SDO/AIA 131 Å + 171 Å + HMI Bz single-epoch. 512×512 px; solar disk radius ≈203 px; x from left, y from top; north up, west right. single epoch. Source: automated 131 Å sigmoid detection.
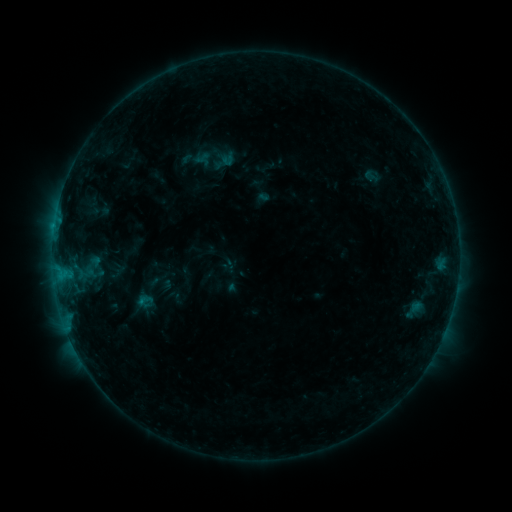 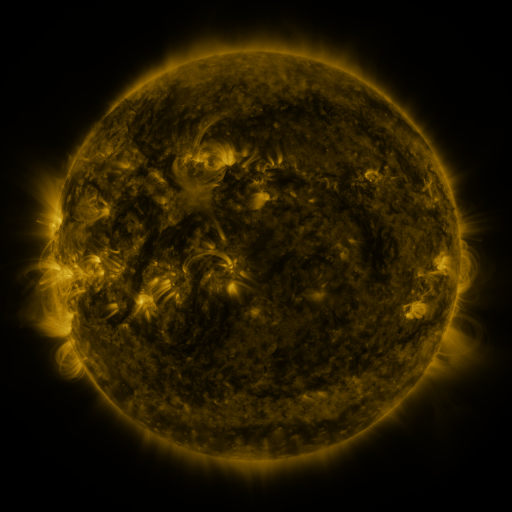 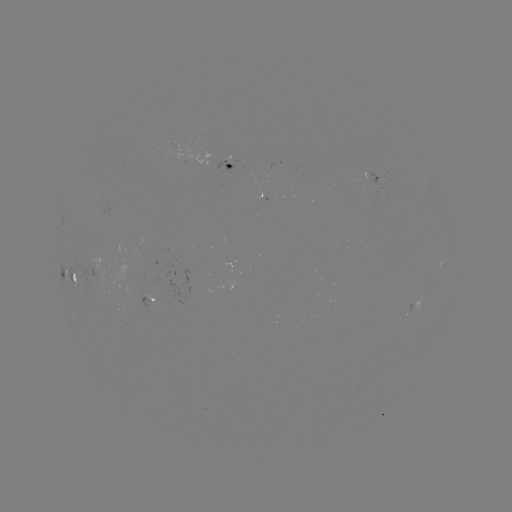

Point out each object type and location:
sigmoid: <bbox>360, 166, 382, 185</bbox>
